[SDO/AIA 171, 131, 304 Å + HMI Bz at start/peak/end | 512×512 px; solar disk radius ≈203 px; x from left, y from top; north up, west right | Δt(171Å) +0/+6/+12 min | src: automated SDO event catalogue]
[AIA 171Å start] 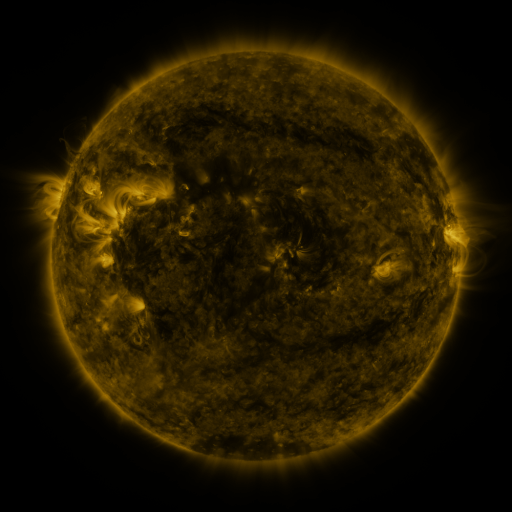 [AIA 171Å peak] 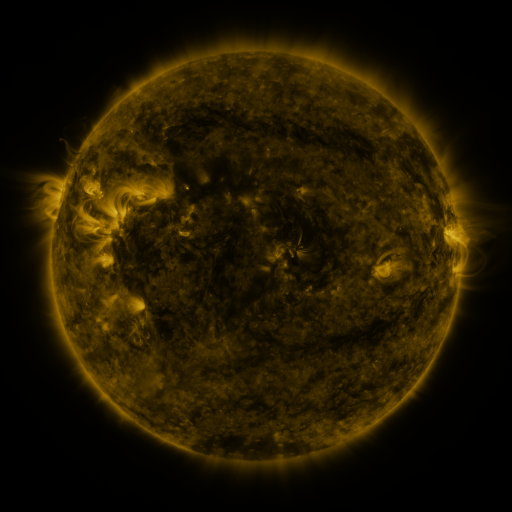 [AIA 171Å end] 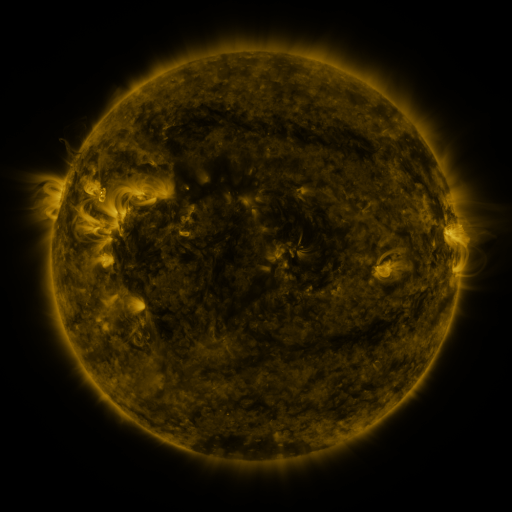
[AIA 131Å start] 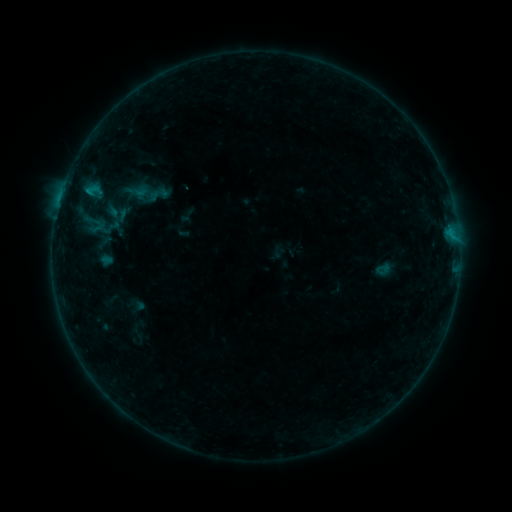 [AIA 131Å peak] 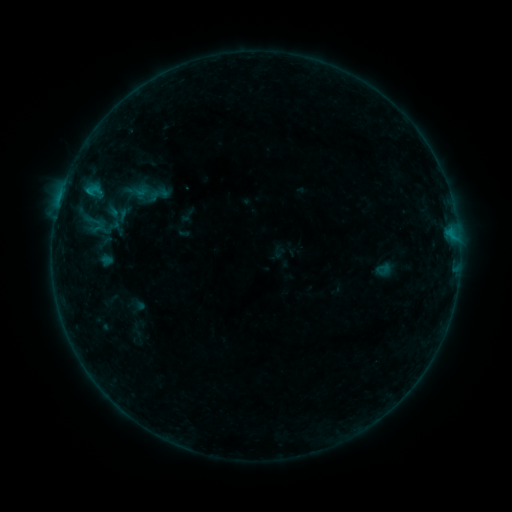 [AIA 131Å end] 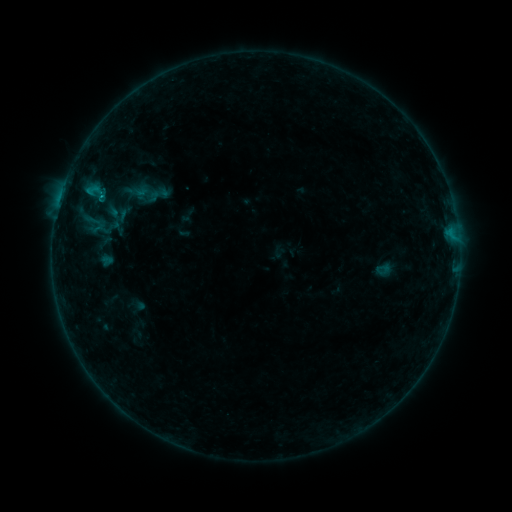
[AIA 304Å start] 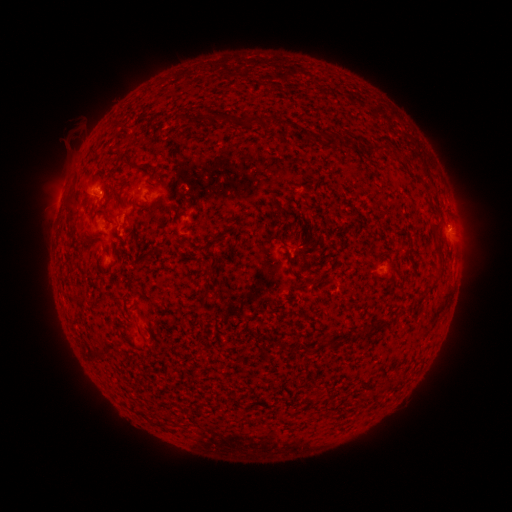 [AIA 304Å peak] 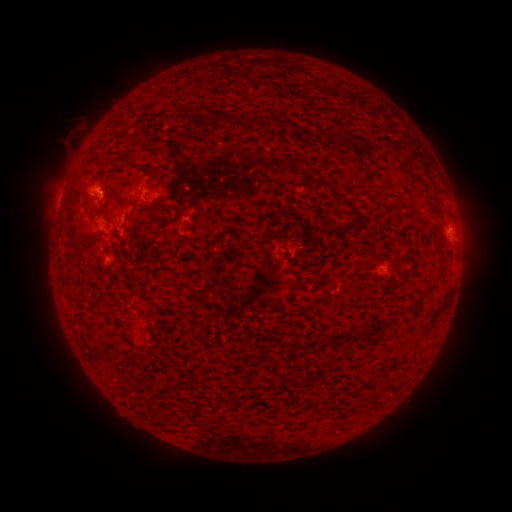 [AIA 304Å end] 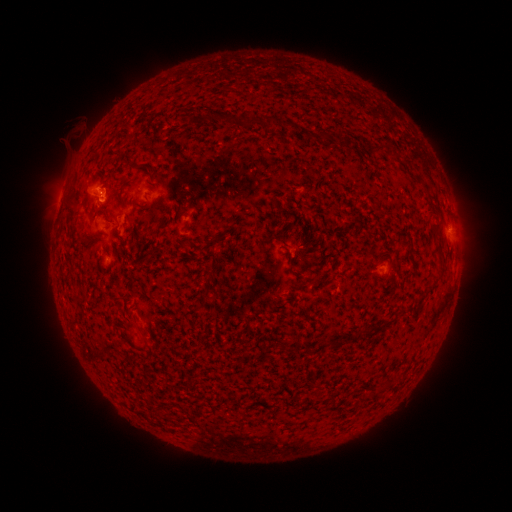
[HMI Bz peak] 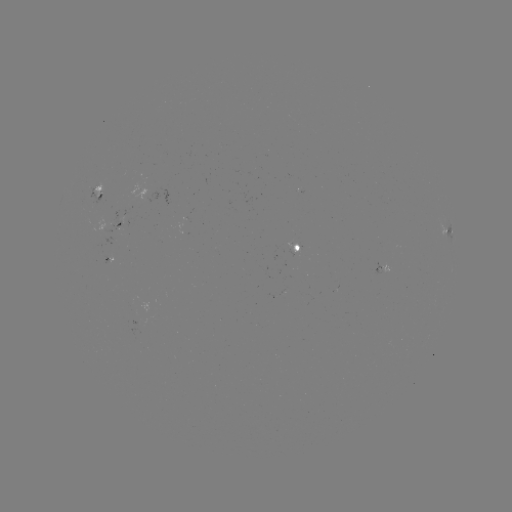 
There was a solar eruption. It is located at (106, 201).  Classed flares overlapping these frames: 1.